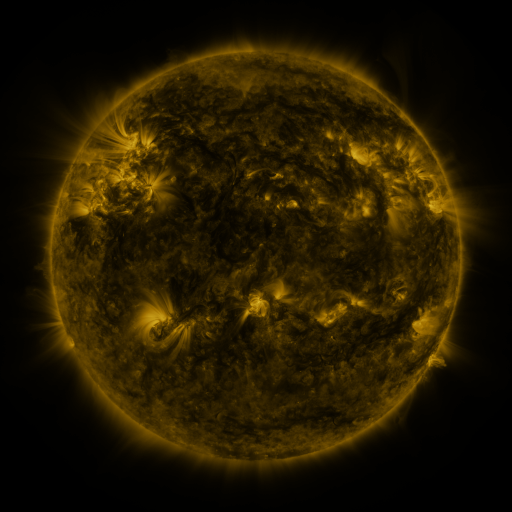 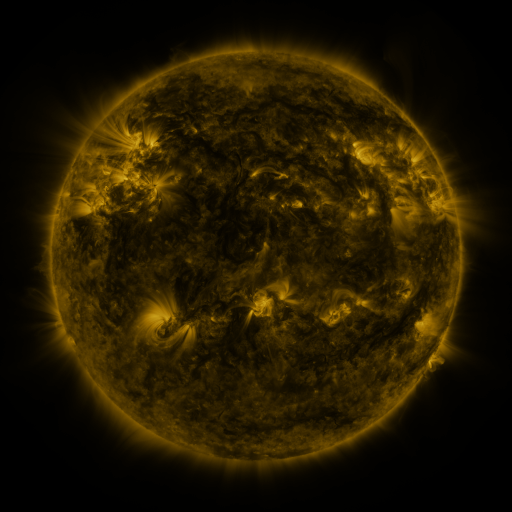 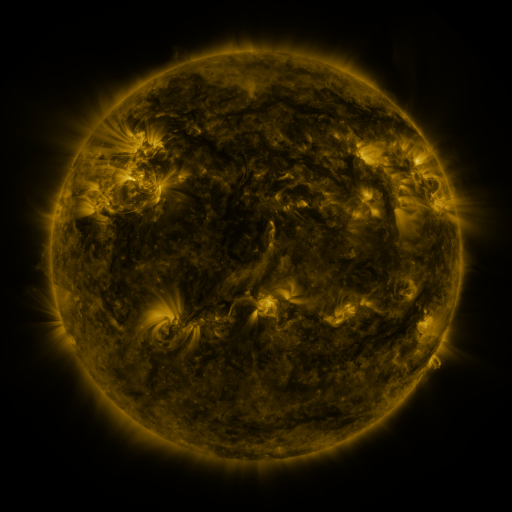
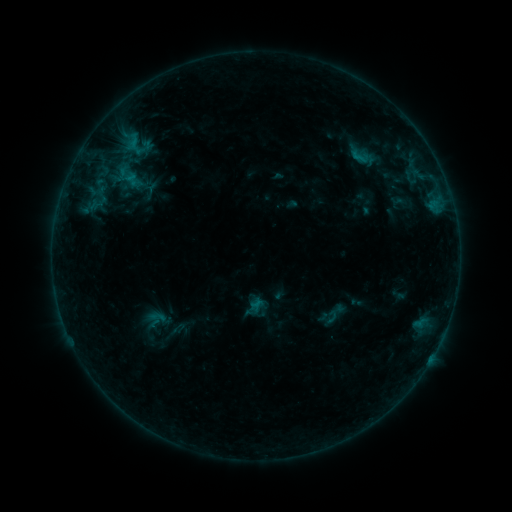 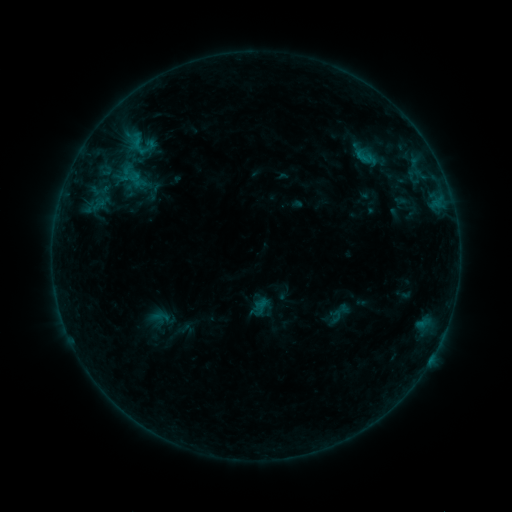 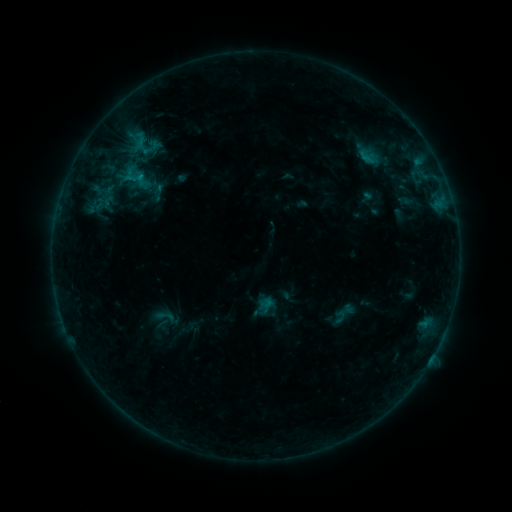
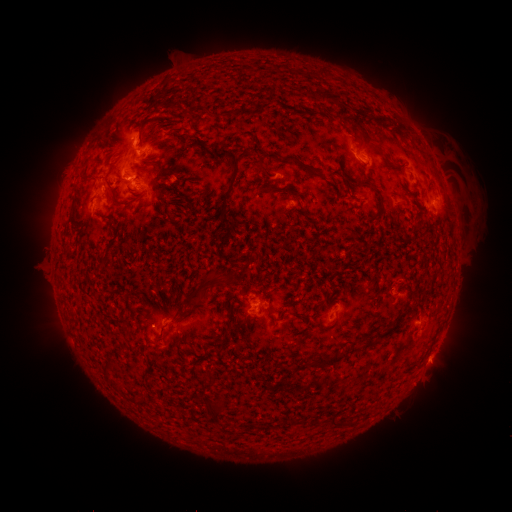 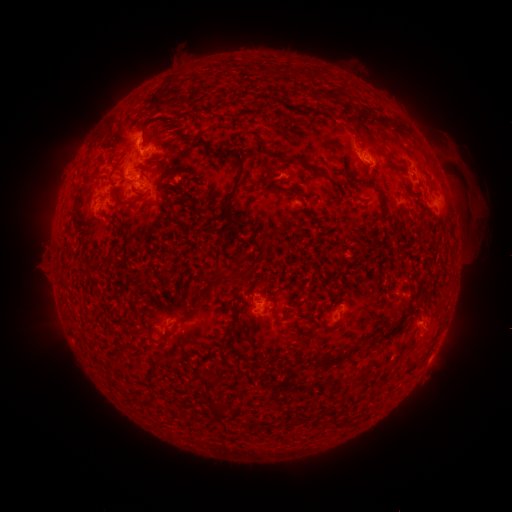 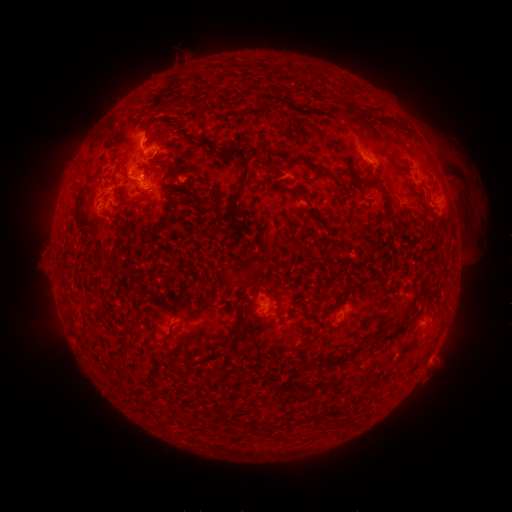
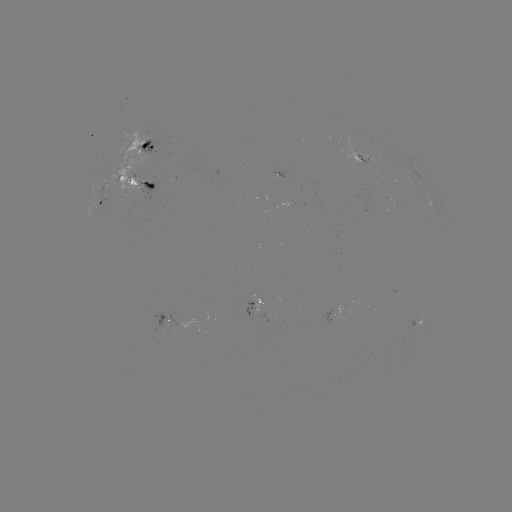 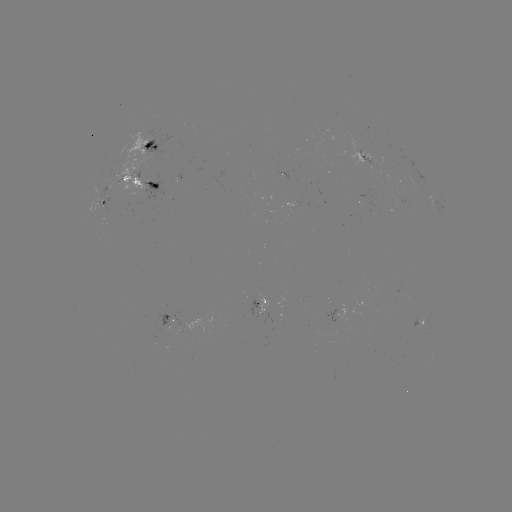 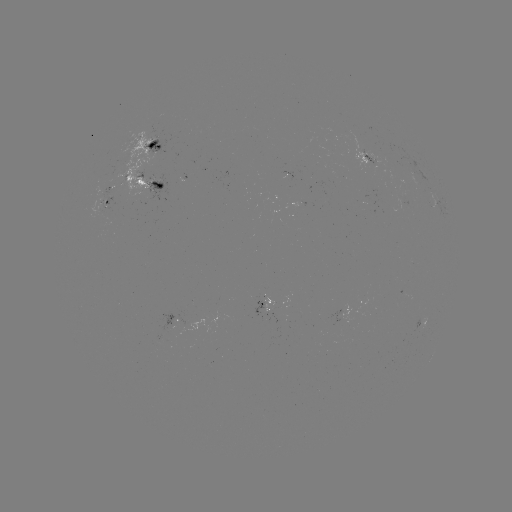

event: filament eruption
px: (354, 68)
